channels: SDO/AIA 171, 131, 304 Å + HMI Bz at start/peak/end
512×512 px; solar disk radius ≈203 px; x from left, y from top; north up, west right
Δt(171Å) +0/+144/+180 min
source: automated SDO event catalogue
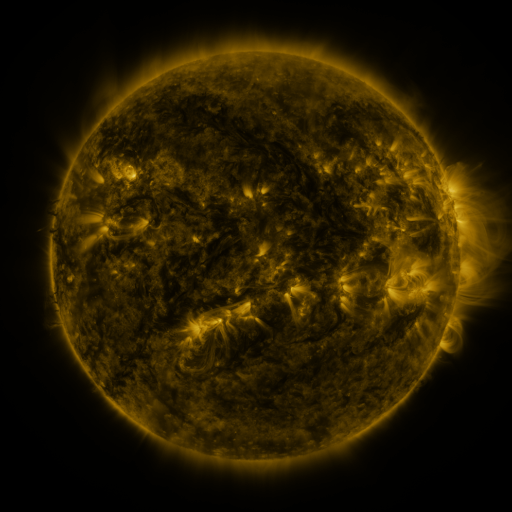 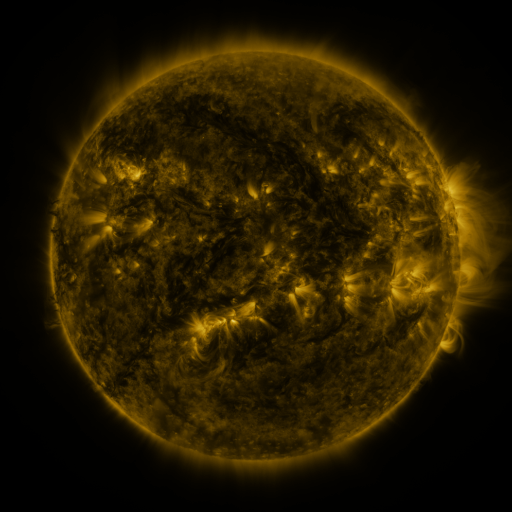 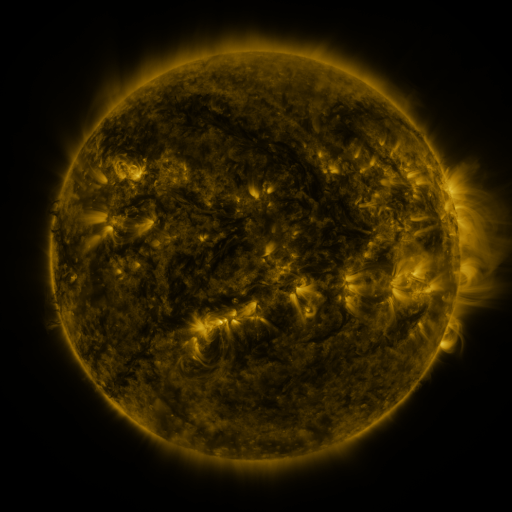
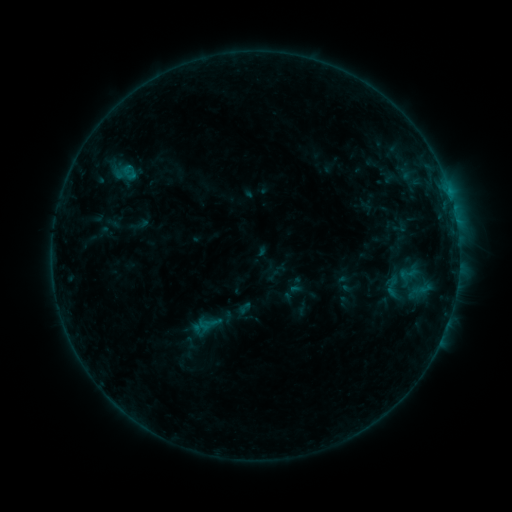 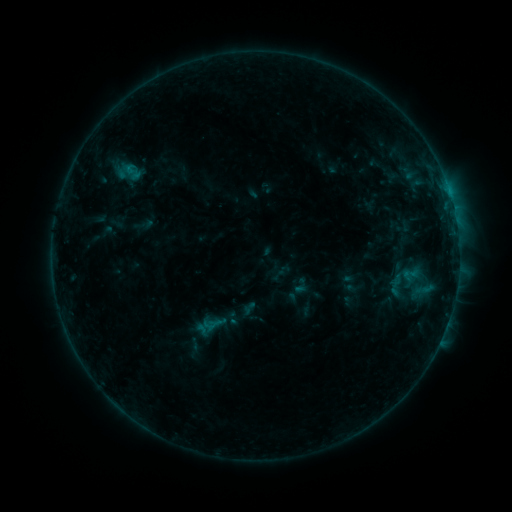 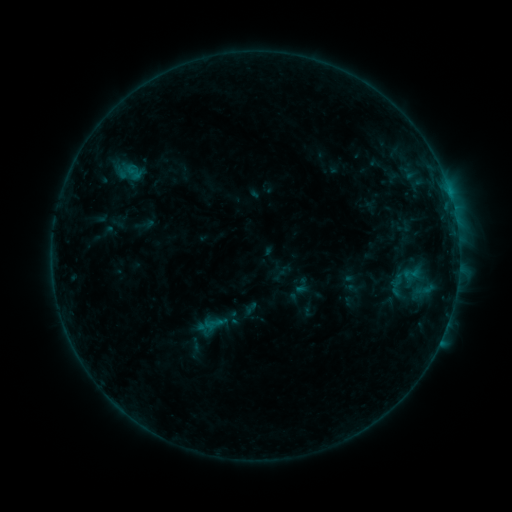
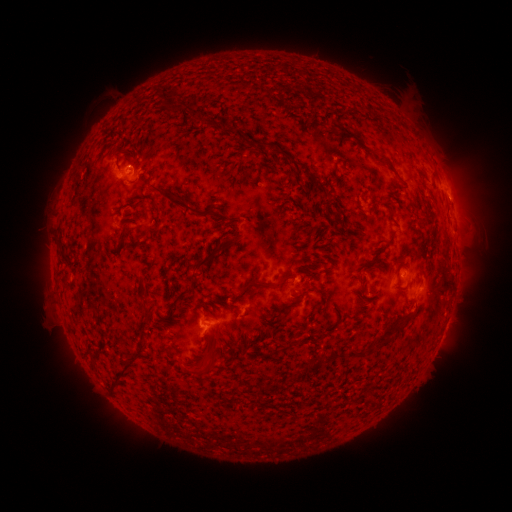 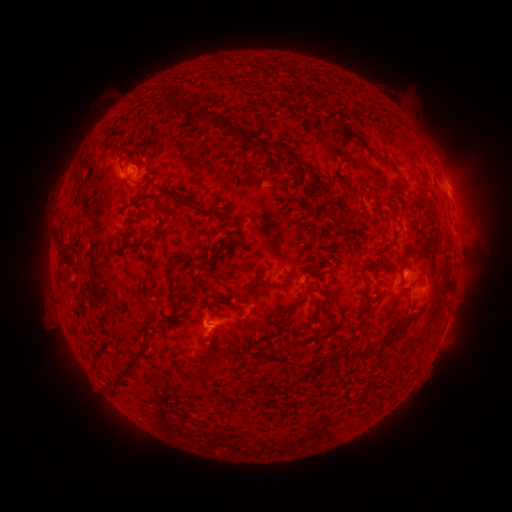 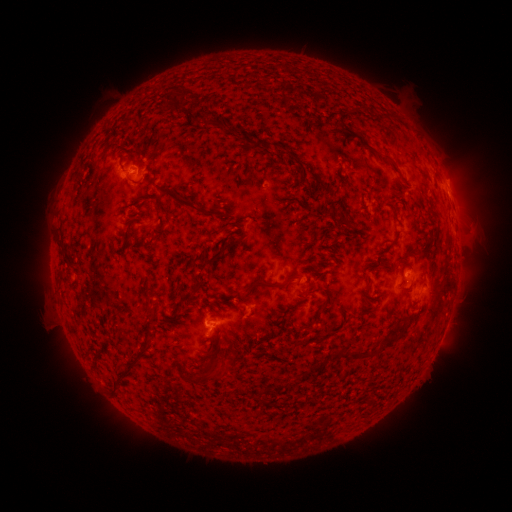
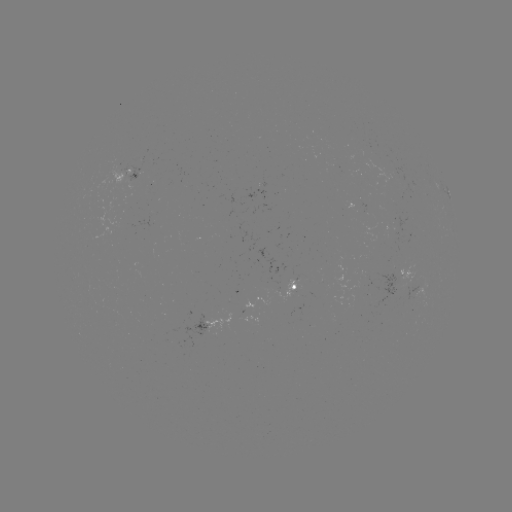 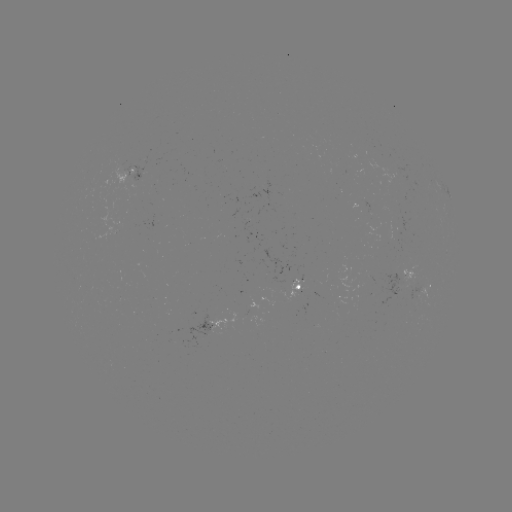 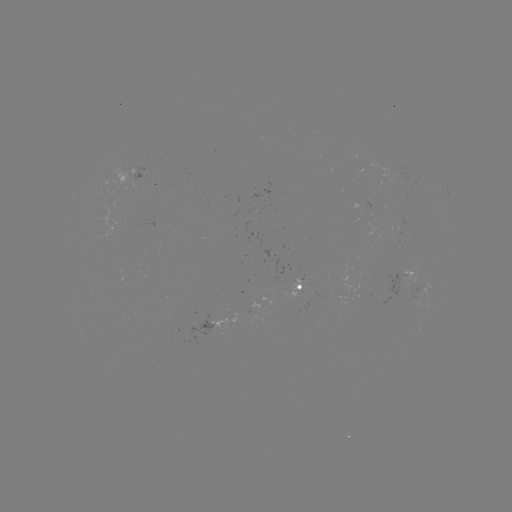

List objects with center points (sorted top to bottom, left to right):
emerging-flux region: (264, 189)
